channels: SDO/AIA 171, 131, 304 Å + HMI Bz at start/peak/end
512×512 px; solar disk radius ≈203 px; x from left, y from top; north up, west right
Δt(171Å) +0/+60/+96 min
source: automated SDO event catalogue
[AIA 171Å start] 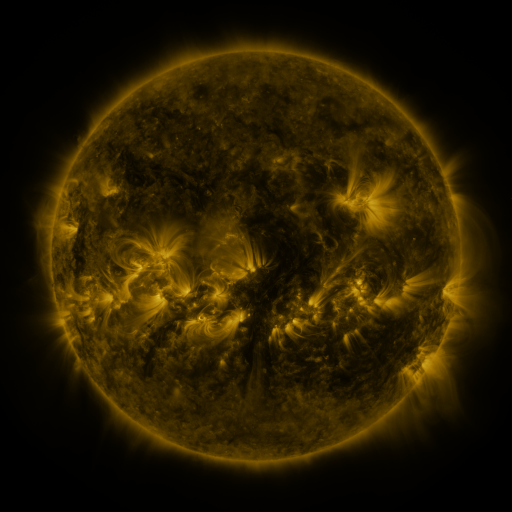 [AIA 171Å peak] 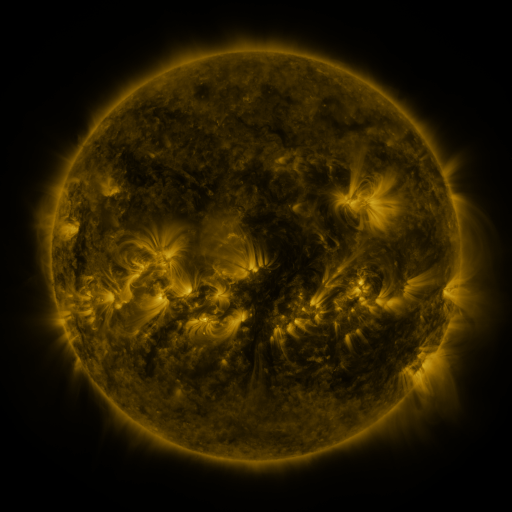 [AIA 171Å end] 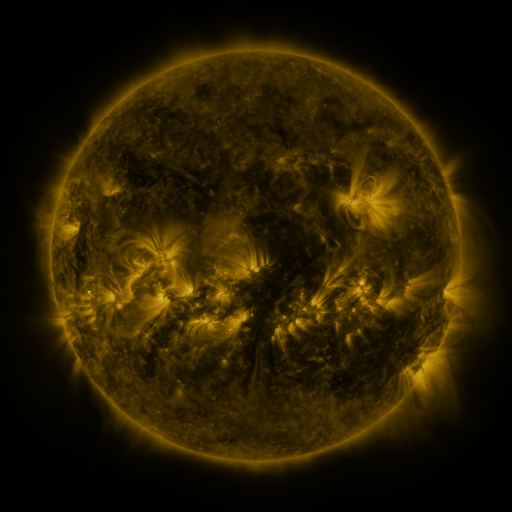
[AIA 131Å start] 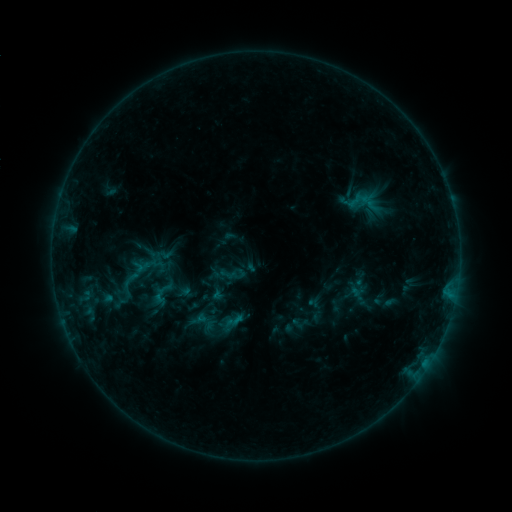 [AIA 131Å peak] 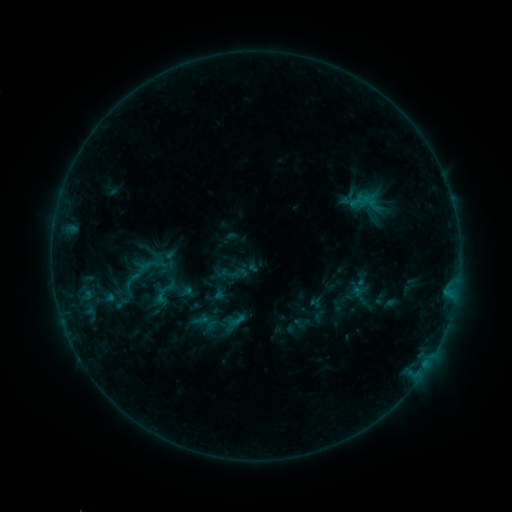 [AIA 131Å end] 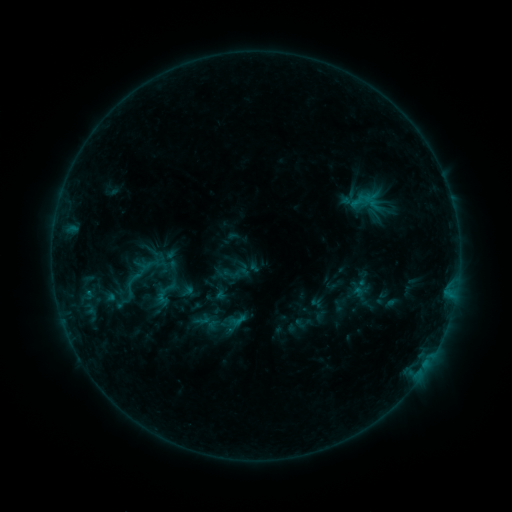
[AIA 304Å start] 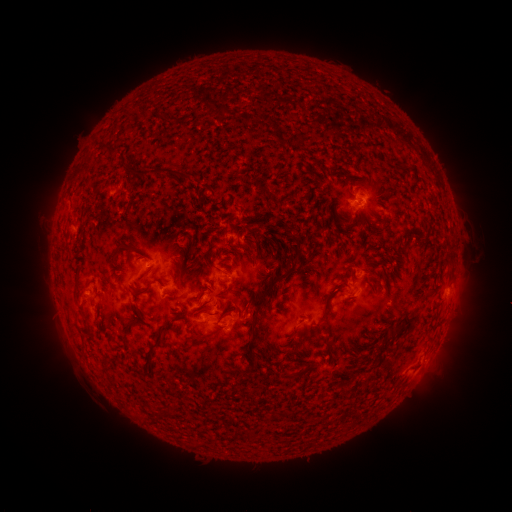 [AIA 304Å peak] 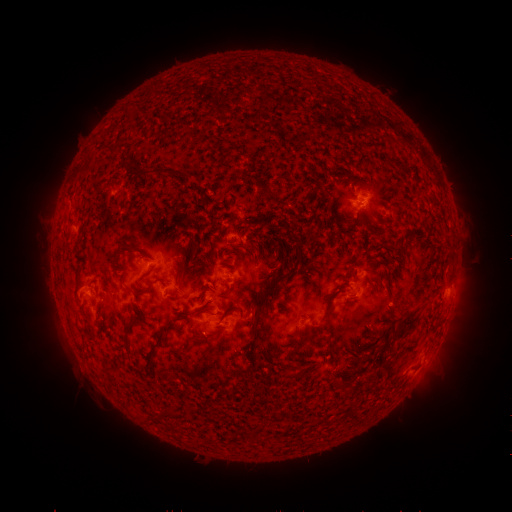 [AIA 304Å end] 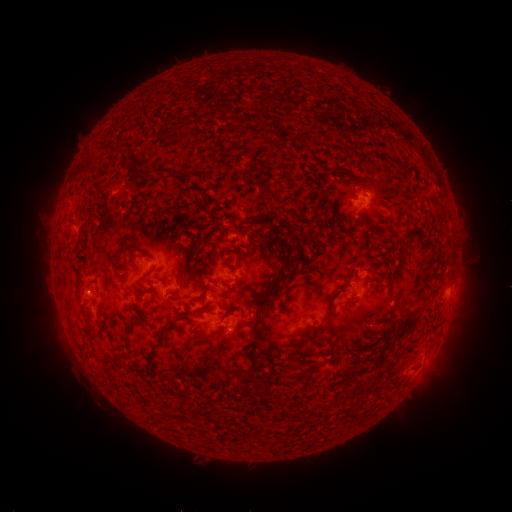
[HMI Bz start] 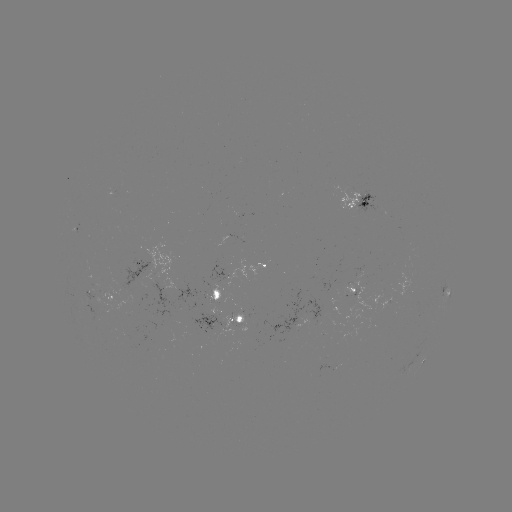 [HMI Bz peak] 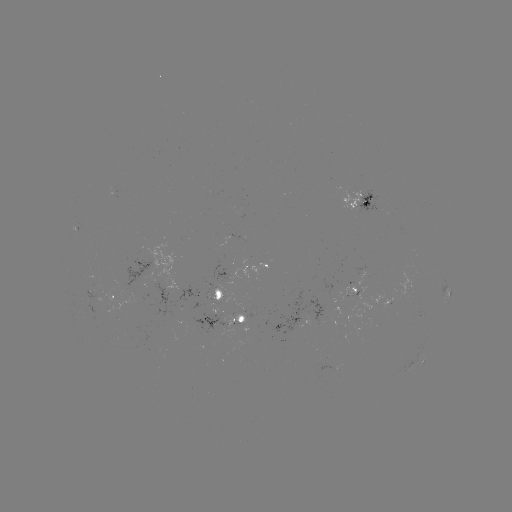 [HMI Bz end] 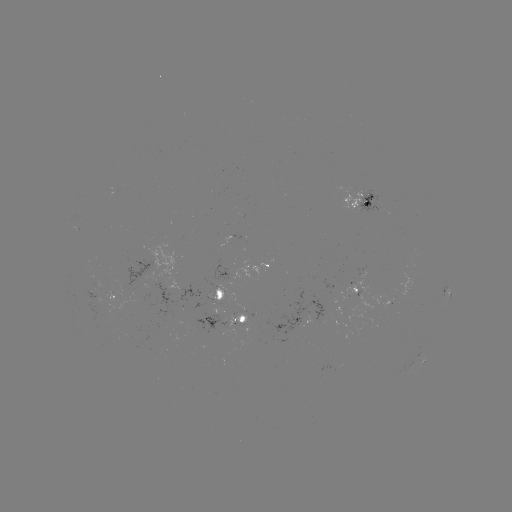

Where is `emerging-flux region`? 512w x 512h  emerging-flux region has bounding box [83, 291, 100, 300].